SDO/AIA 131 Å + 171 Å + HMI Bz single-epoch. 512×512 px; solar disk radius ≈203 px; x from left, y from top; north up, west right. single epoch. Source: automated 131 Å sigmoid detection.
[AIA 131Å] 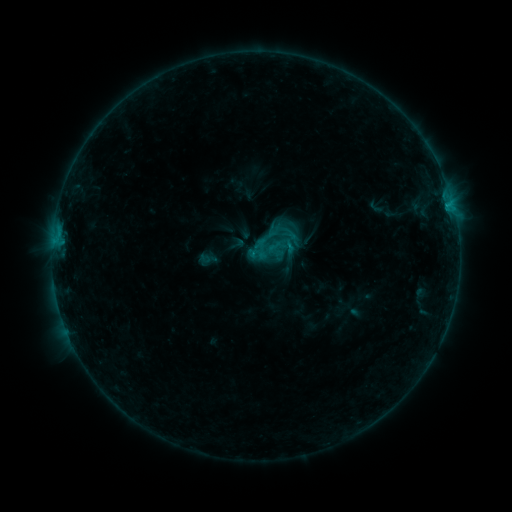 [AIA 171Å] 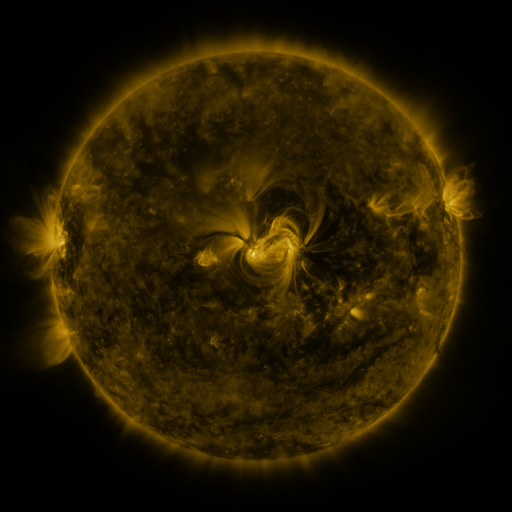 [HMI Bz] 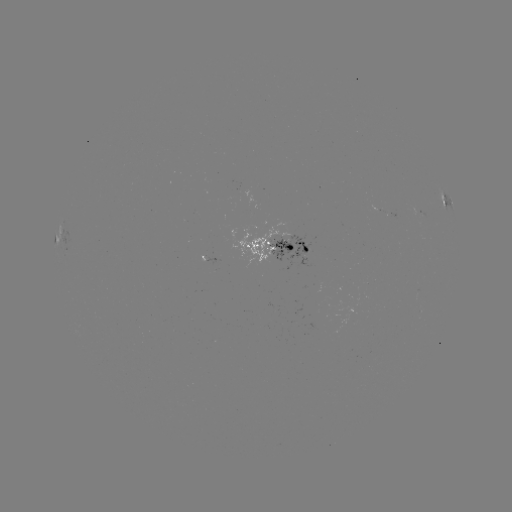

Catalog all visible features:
sigmoid: (282, 231)
sigmoid: (269, 241)
